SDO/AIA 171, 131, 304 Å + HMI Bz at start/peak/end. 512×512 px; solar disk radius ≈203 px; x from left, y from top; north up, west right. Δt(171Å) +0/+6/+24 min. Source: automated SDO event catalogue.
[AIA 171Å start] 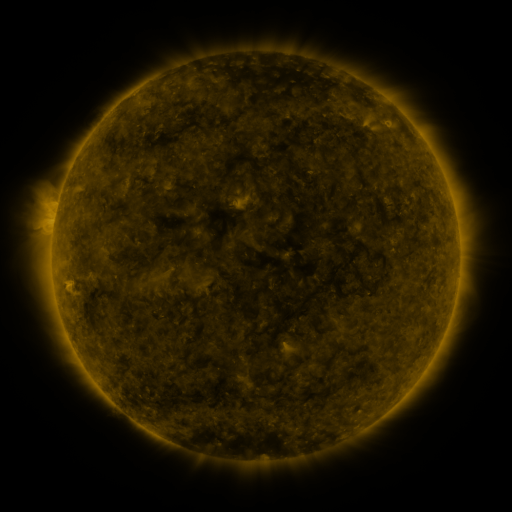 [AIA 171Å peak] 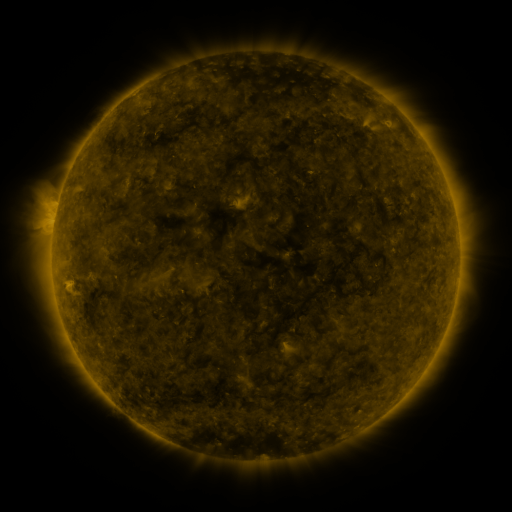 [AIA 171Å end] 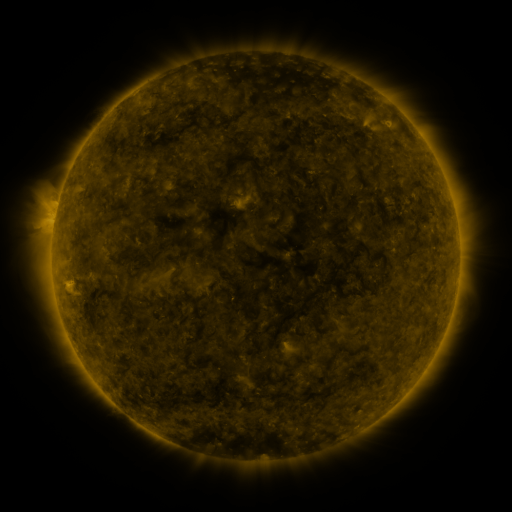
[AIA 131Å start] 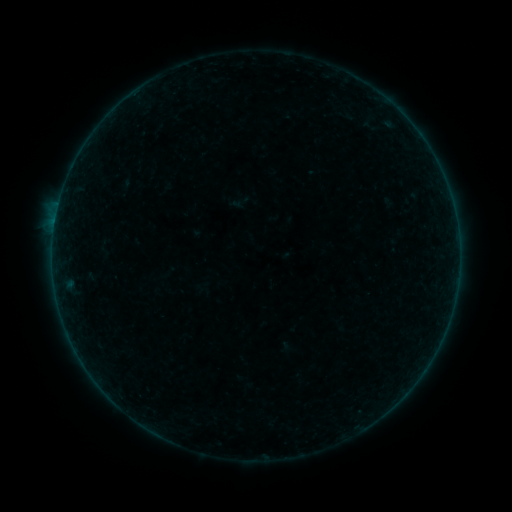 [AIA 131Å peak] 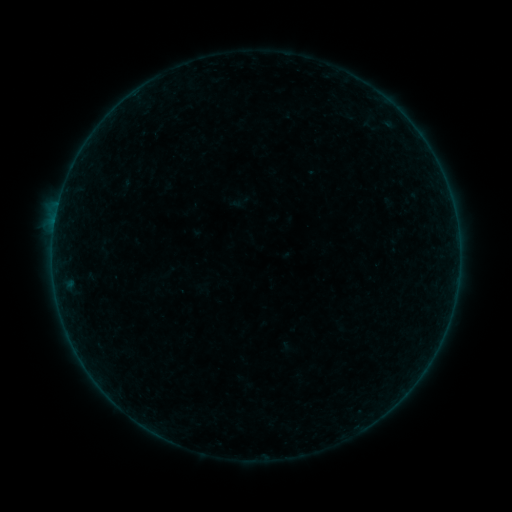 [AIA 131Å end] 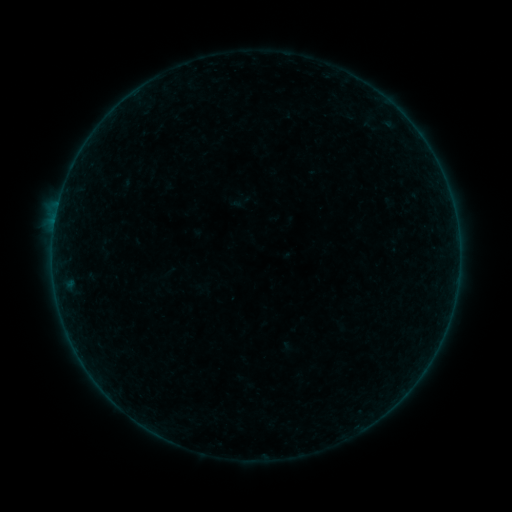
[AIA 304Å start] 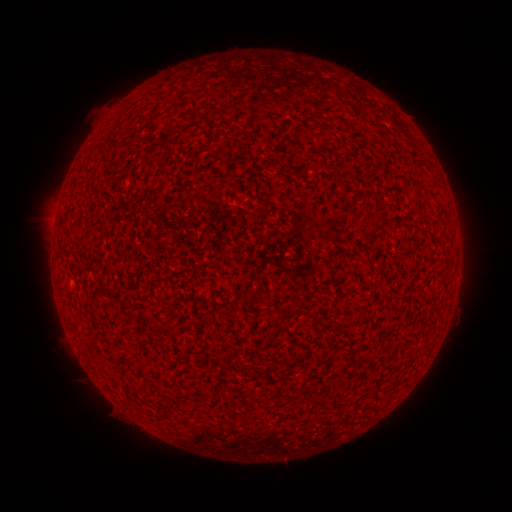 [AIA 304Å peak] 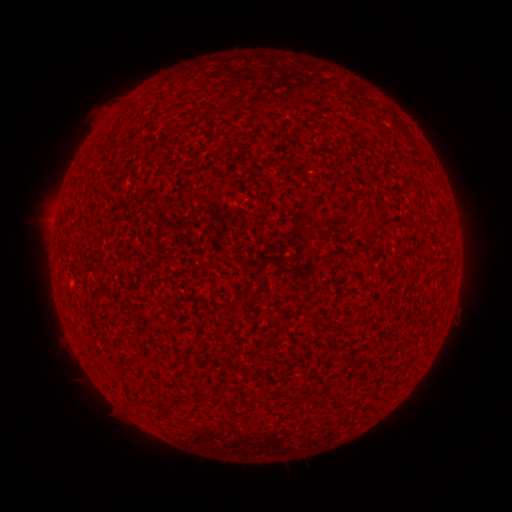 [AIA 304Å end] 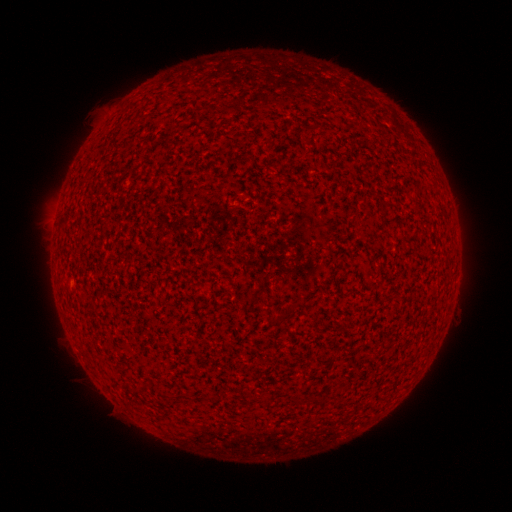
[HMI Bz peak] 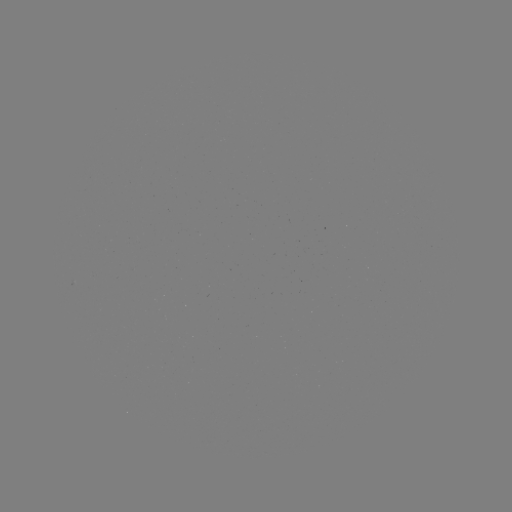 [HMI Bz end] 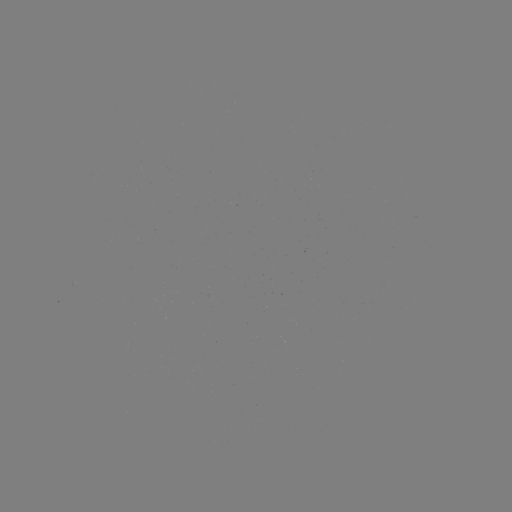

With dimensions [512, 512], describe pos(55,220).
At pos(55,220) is A2.7 flare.